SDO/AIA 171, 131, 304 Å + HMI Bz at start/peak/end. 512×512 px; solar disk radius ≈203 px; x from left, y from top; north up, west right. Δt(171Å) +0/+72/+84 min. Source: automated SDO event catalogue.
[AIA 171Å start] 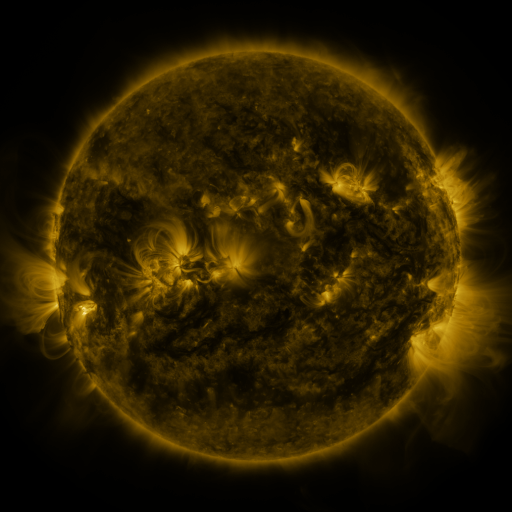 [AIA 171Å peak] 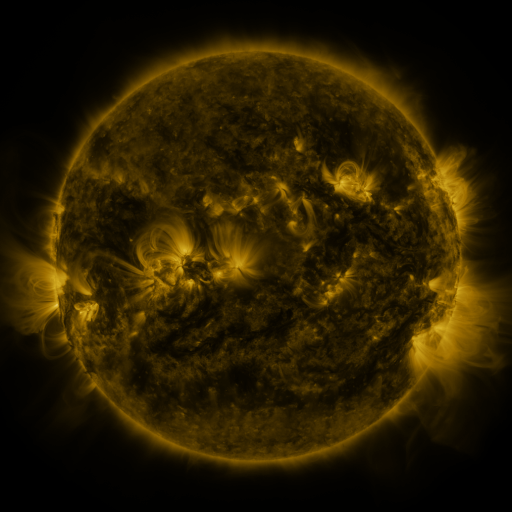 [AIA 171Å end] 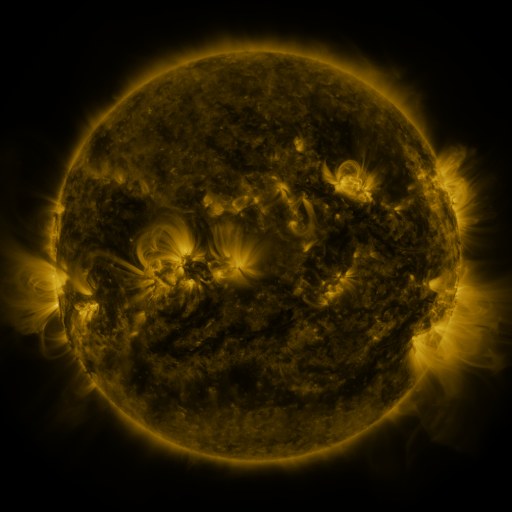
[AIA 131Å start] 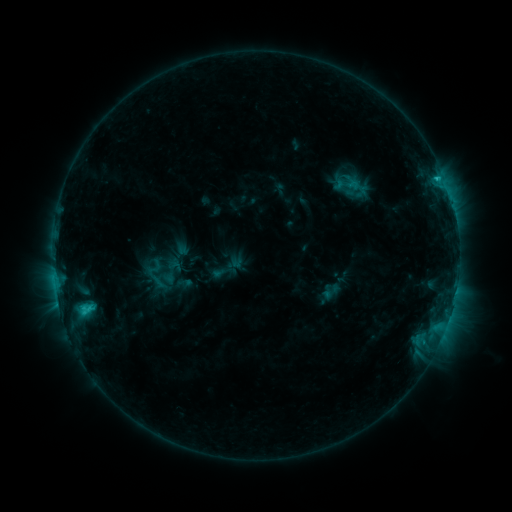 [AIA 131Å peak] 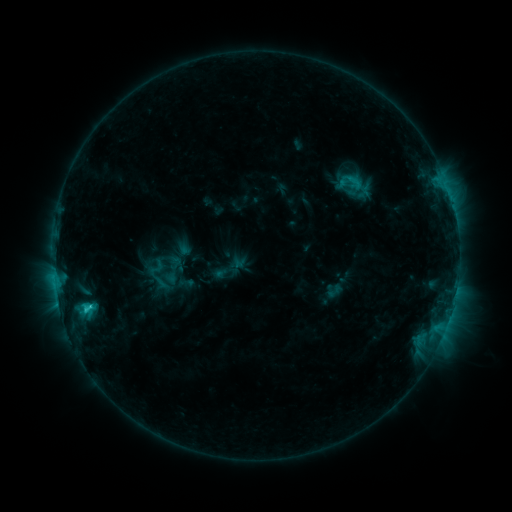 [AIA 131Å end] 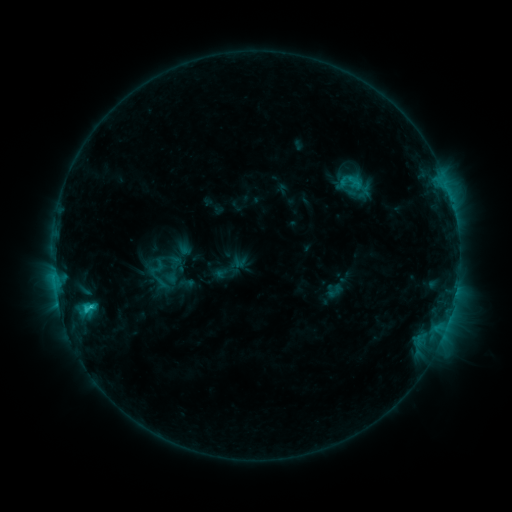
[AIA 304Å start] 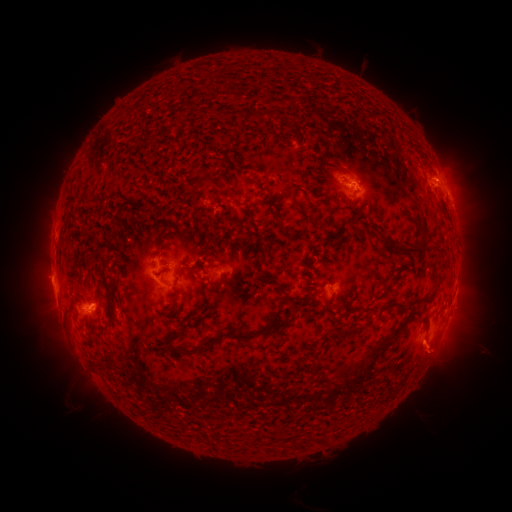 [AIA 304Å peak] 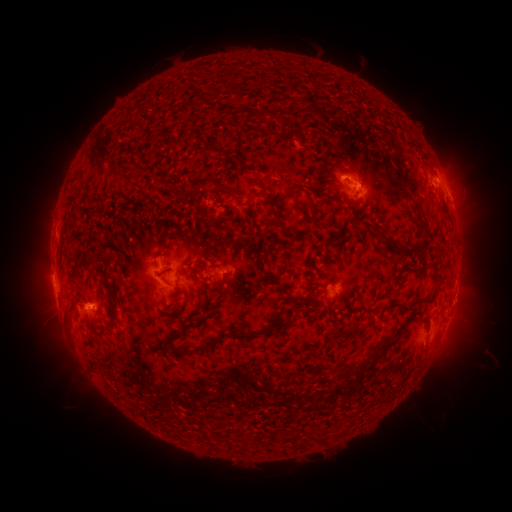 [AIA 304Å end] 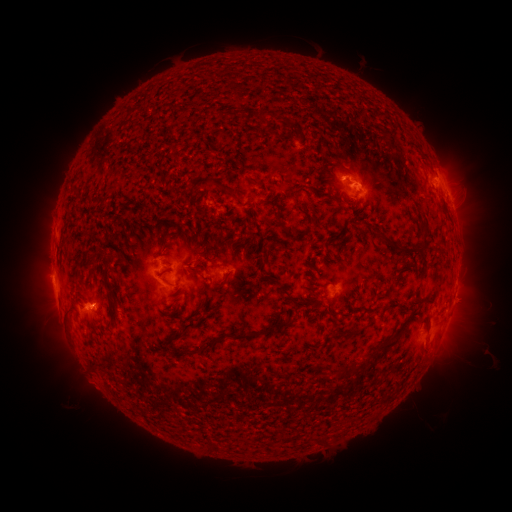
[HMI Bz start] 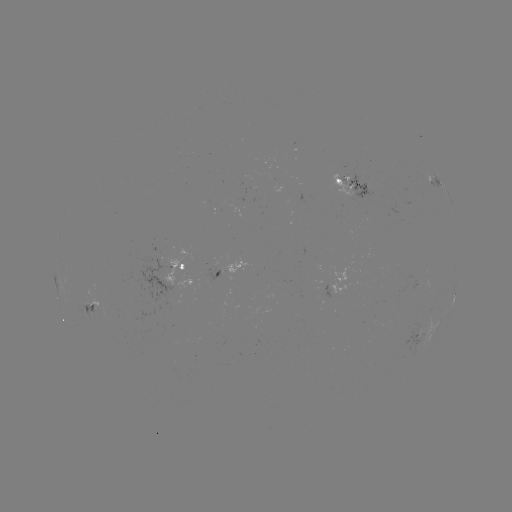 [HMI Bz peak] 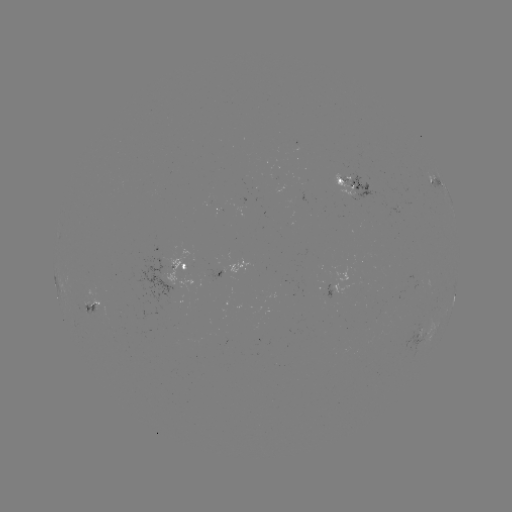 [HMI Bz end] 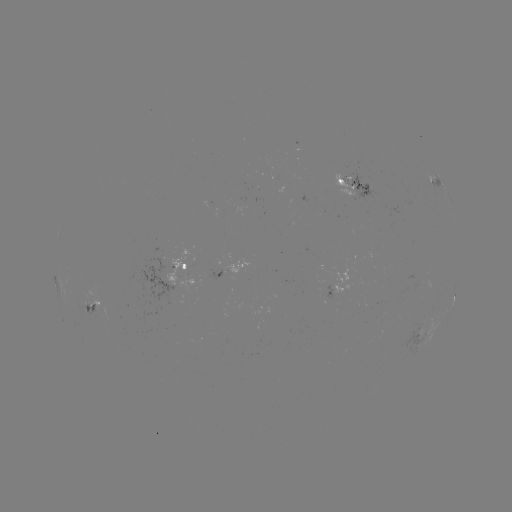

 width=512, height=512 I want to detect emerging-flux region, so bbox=[330, 173, 358, 202].